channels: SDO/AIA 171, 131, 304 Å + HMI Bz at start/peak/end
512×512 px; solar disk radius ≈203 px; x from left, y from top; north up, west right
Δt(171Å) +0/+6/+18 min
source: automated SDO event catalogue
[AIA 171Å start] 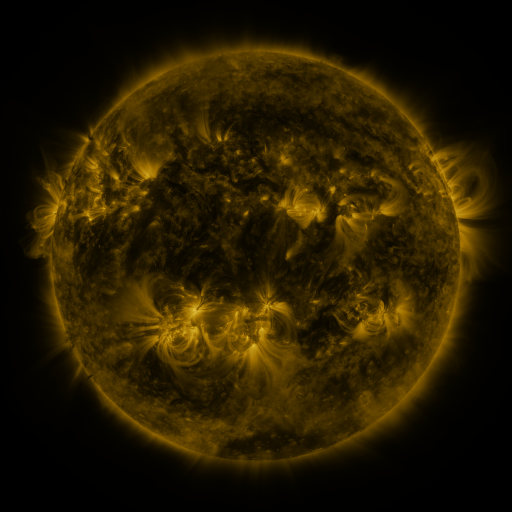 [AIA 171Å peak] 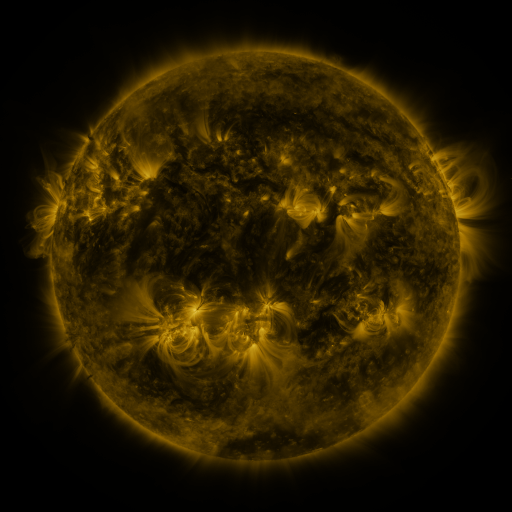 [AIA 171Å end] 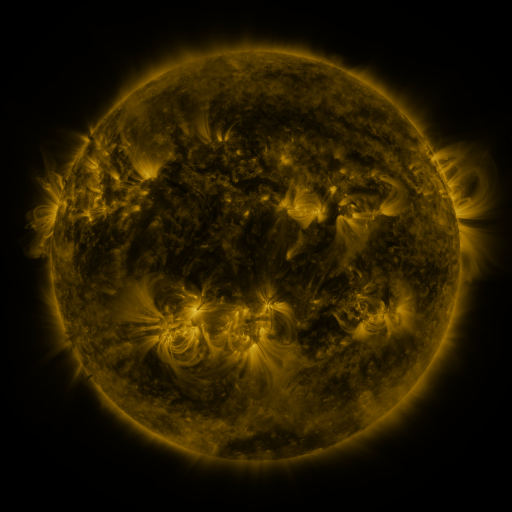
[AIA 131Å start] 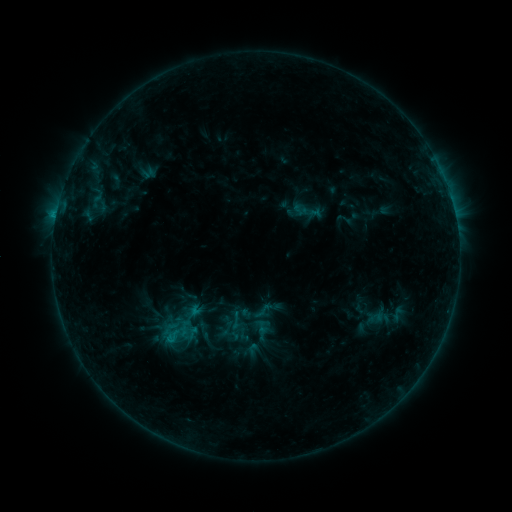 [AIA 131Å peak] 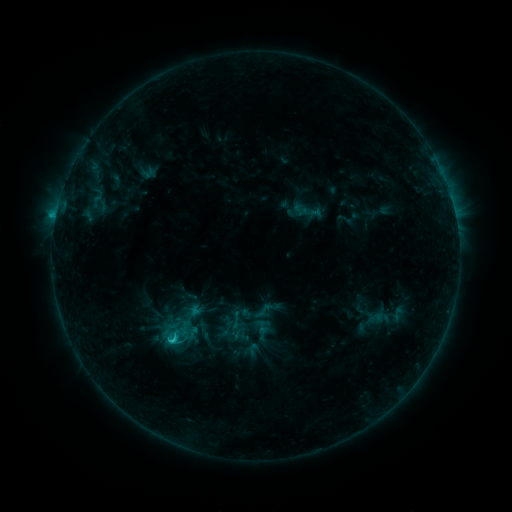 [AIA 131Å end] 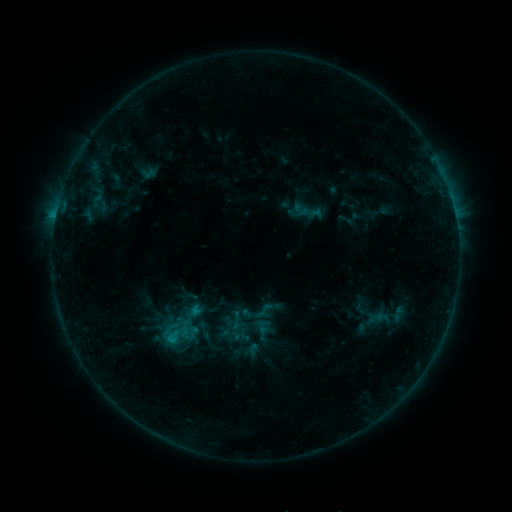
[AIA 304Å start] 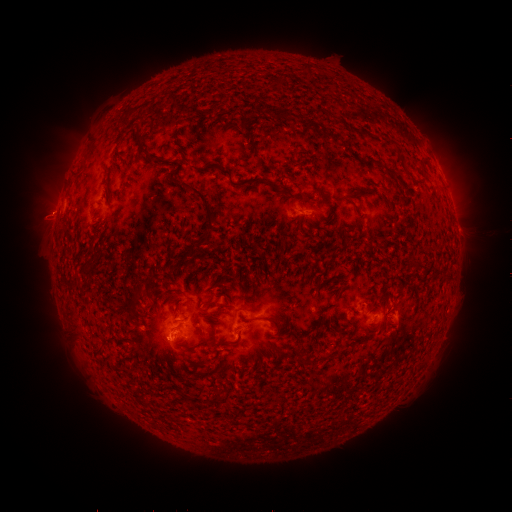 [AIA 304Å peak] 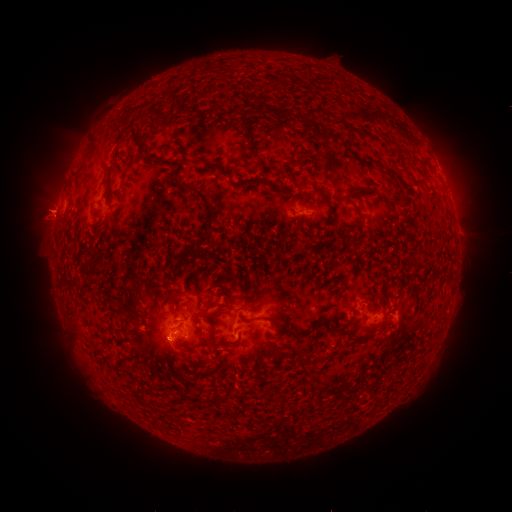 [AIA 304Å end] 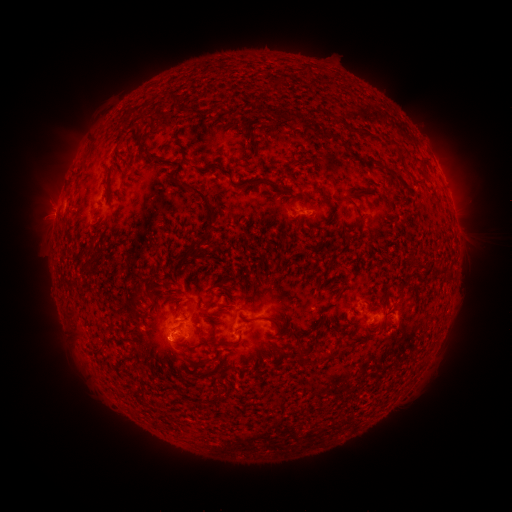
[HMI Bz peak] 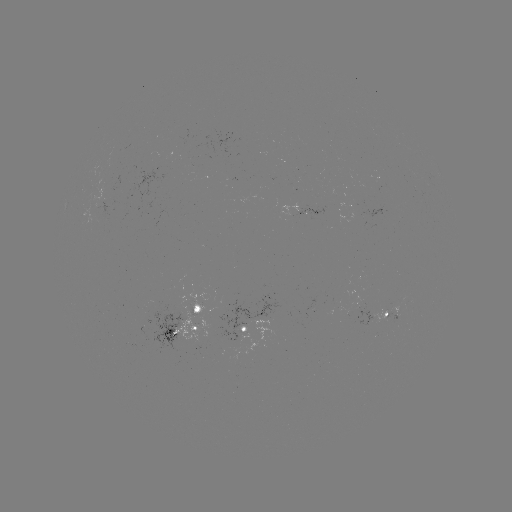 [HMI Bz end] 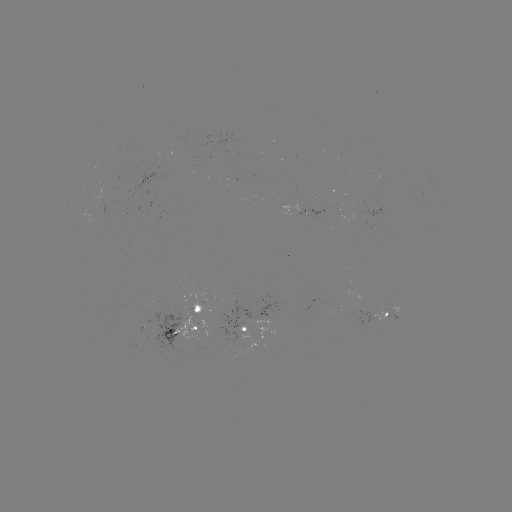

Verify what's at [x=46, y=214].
eruption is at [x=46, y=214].